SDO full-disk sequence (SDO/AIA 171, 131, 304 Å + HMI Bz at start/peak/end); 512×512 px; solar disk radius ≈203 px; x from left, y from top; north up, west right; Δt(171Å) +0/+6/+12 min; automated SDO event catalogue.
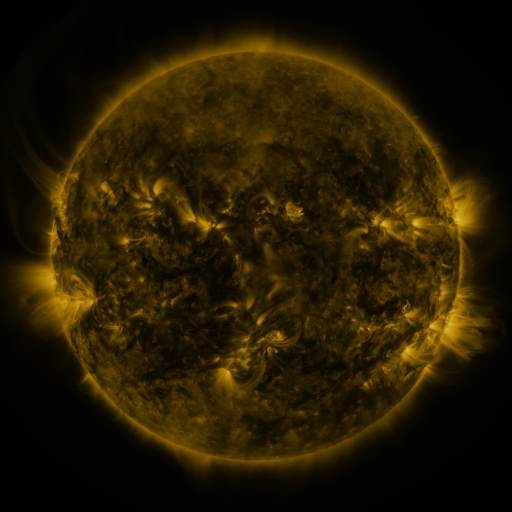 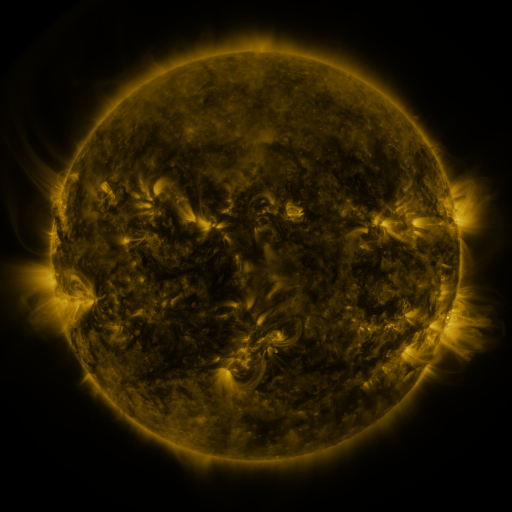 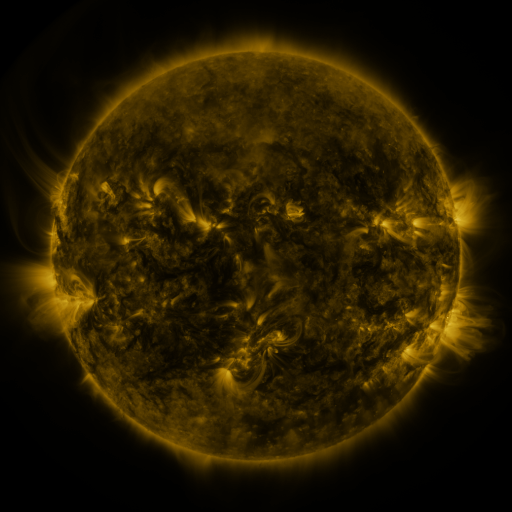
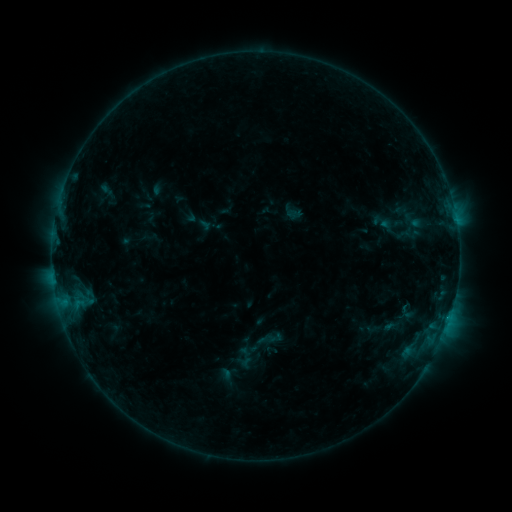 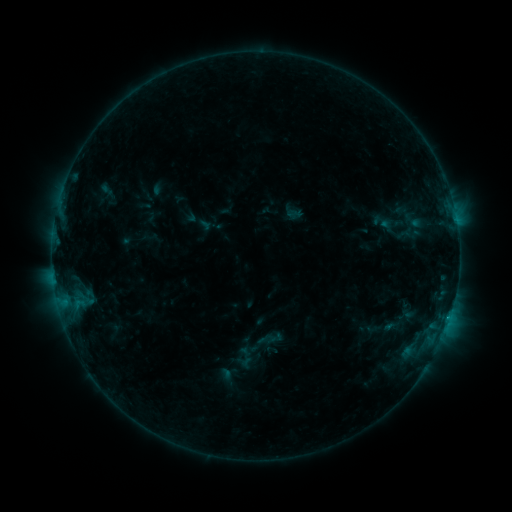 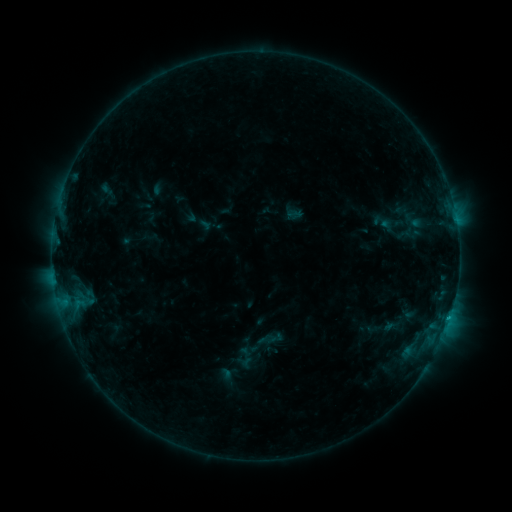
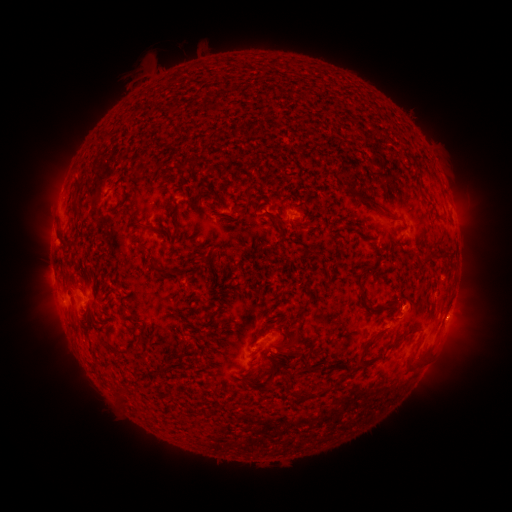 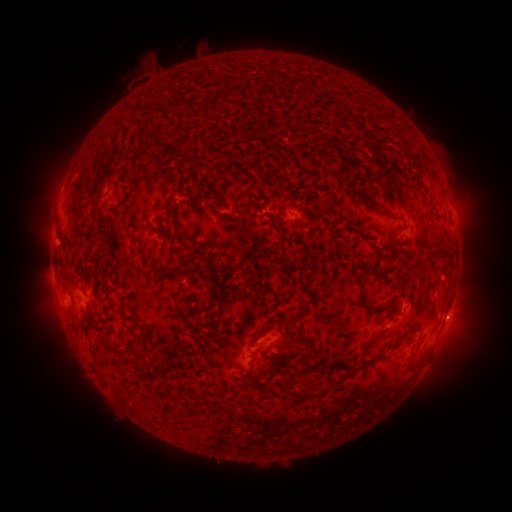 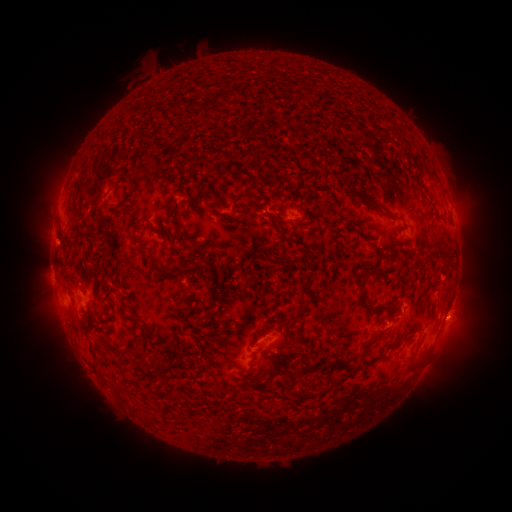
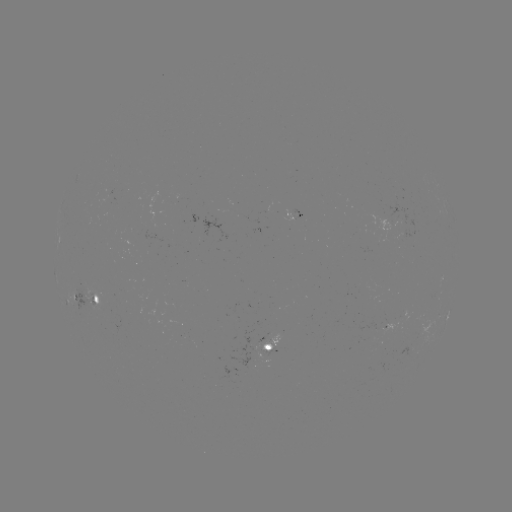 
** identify B6.3 flare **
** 385,323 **